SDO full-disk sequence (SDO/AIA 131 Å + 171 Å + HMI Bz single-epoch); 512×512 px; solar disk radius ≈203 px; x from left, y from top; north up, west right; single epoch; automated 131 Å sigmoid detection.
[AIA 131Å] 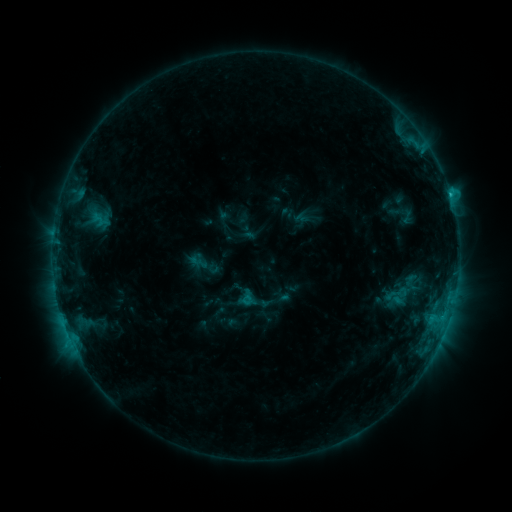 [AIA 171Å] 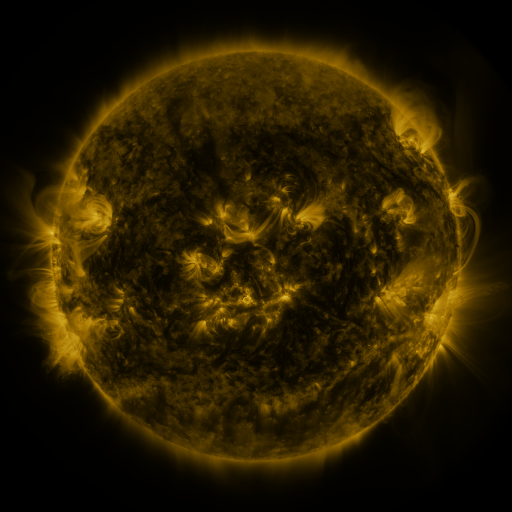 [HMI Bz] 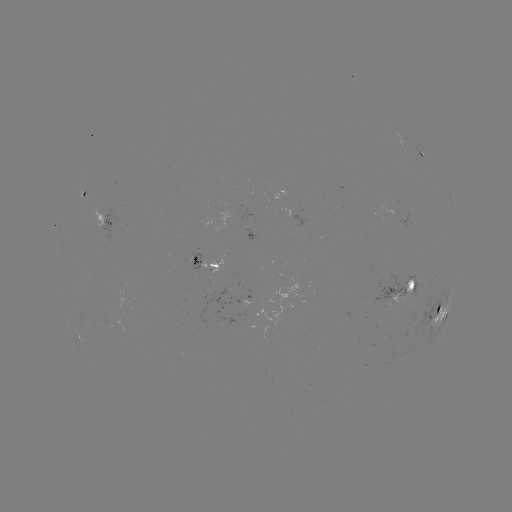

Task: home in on sigmoid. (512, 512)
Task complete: (397, 294).